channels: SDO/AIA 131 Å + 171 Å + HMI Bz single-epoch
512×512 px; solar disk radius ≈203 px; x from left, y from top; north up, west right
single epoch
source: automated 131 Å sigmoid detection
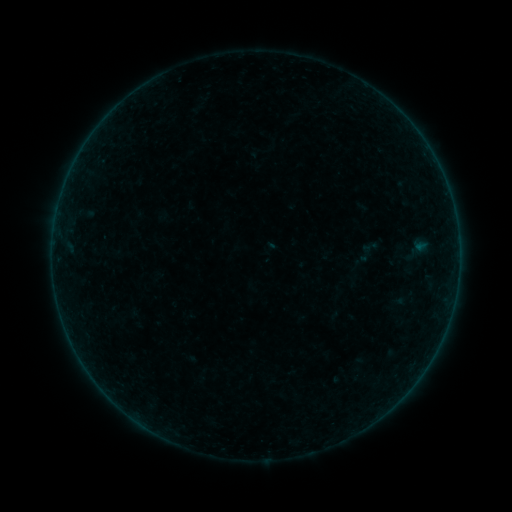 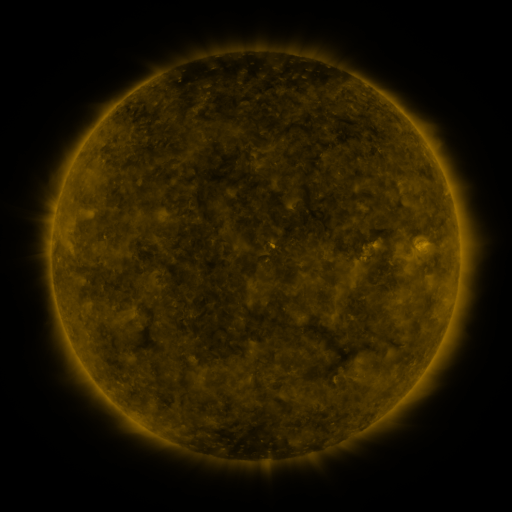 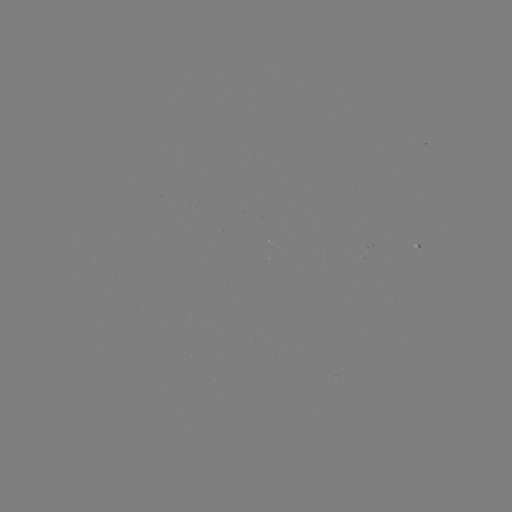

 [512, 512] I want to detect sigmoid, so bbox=[359, 238, 380, 257].